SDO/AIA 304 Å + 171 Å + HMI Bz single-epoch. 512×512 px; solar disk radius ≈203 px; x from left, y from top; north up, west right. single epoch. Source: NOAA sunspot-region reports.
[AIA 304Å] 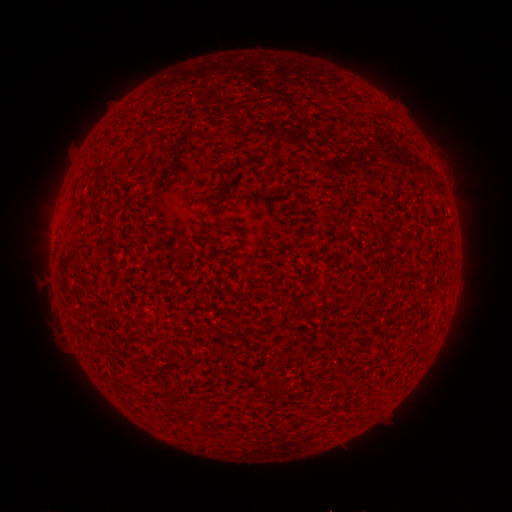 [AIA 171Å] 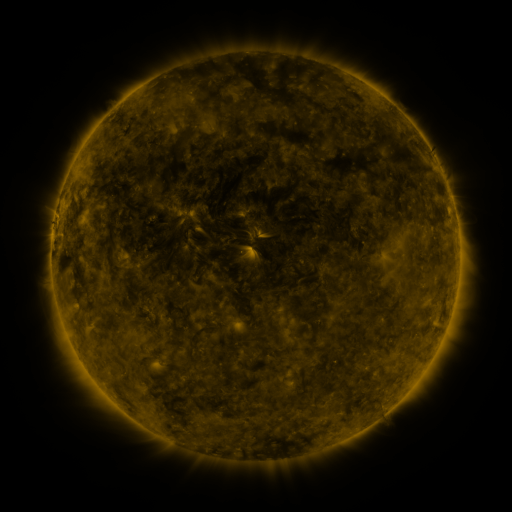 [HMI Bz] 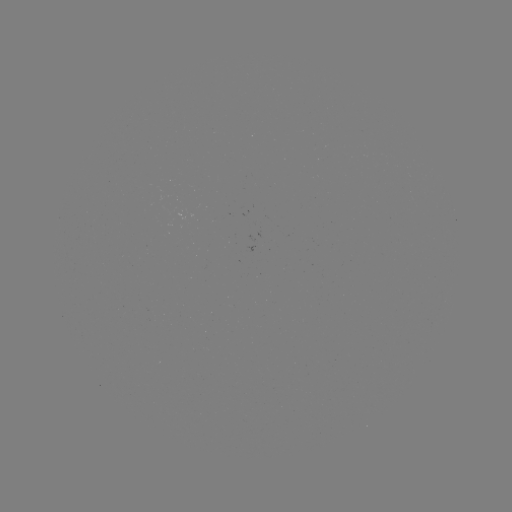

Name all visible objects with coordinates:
(none)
